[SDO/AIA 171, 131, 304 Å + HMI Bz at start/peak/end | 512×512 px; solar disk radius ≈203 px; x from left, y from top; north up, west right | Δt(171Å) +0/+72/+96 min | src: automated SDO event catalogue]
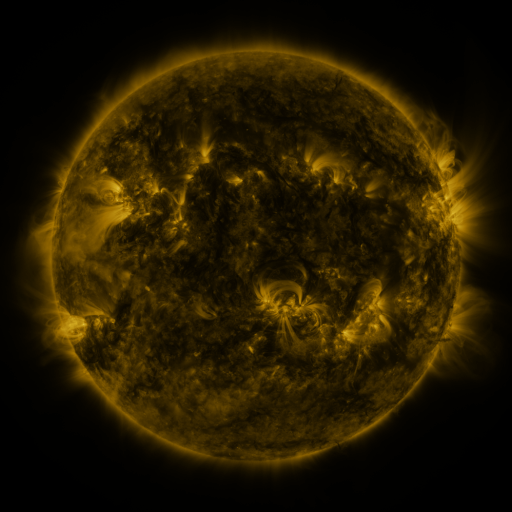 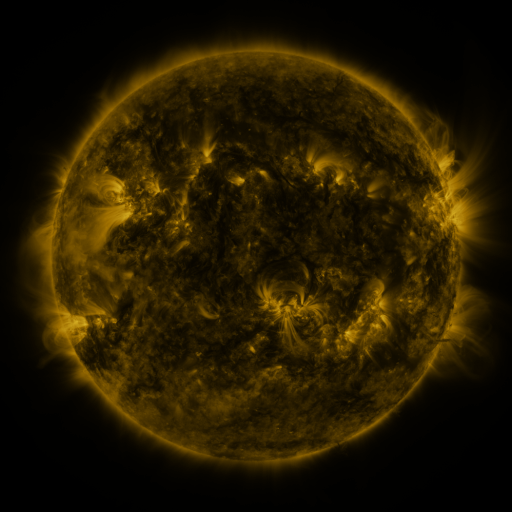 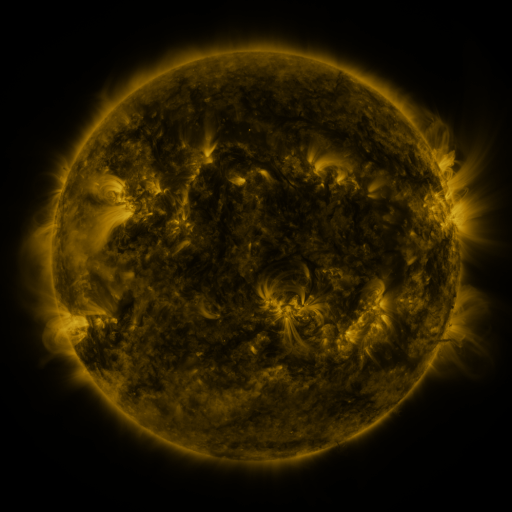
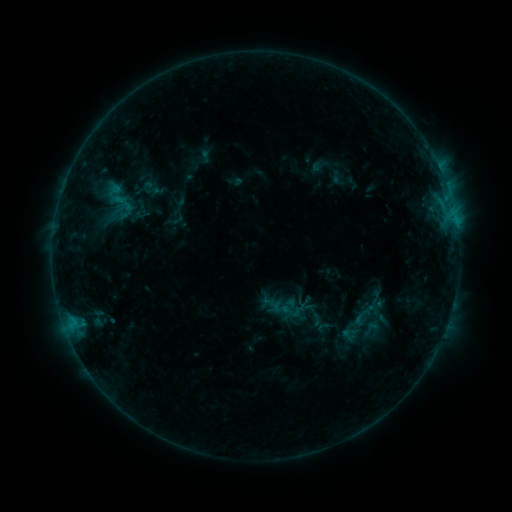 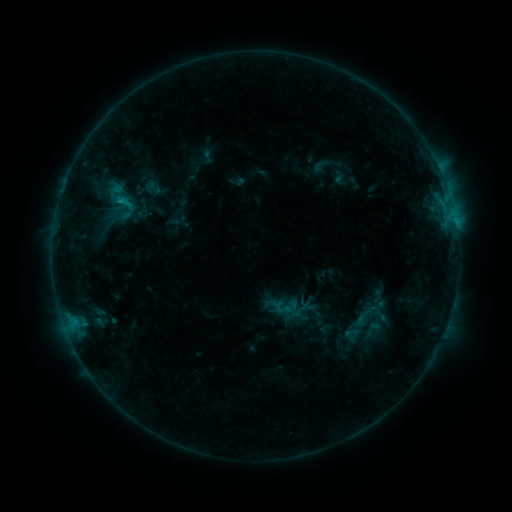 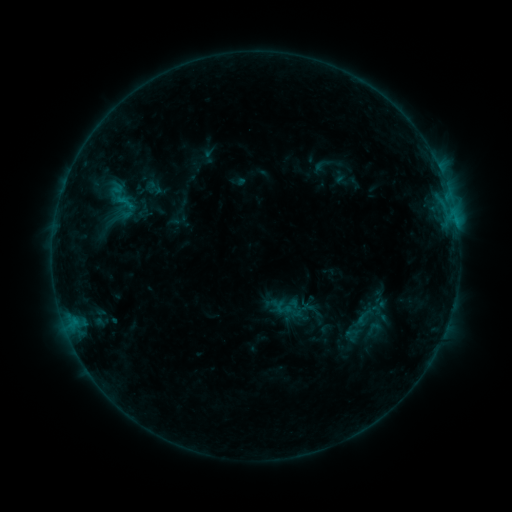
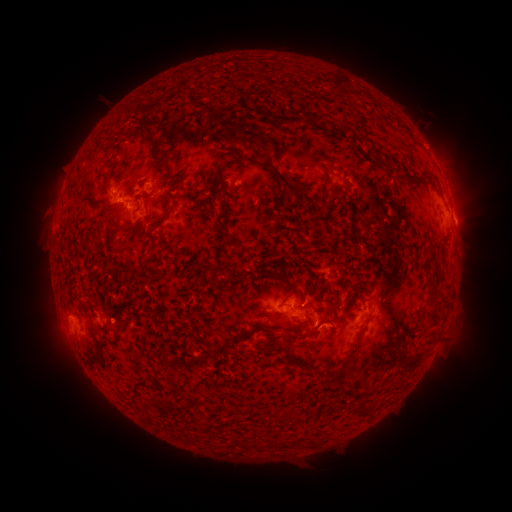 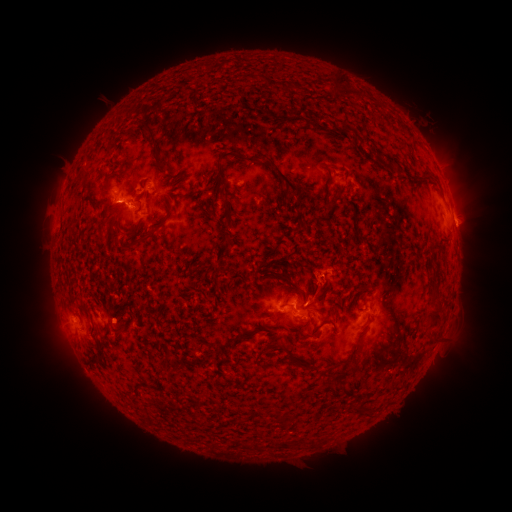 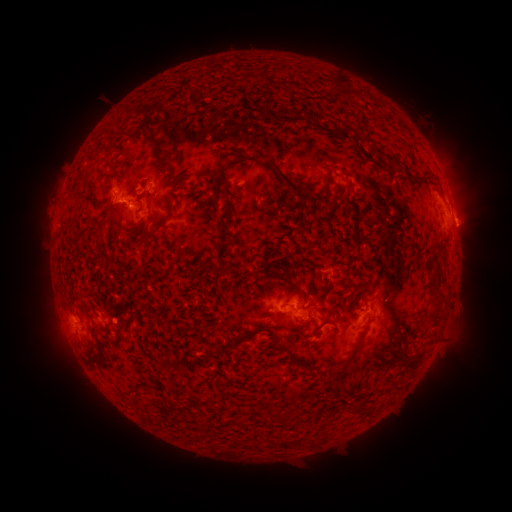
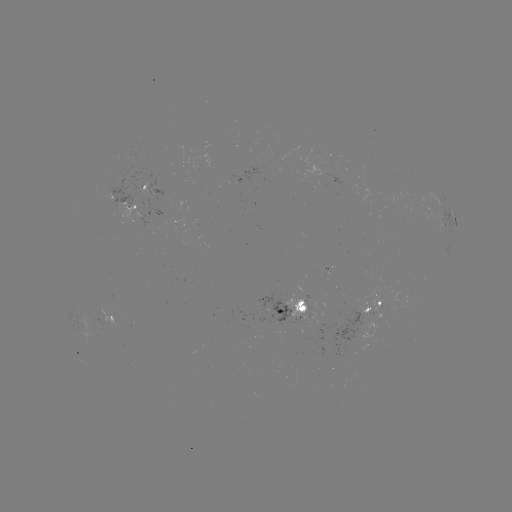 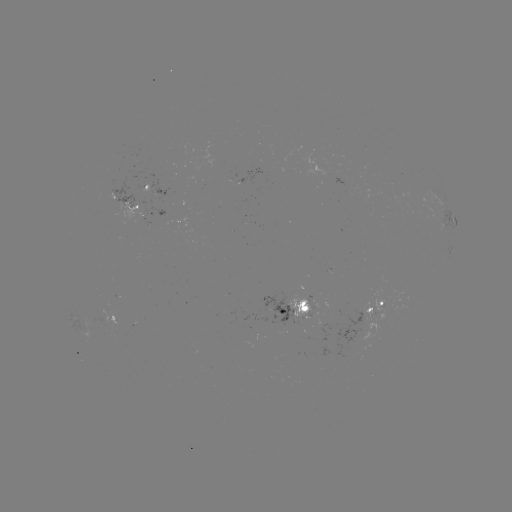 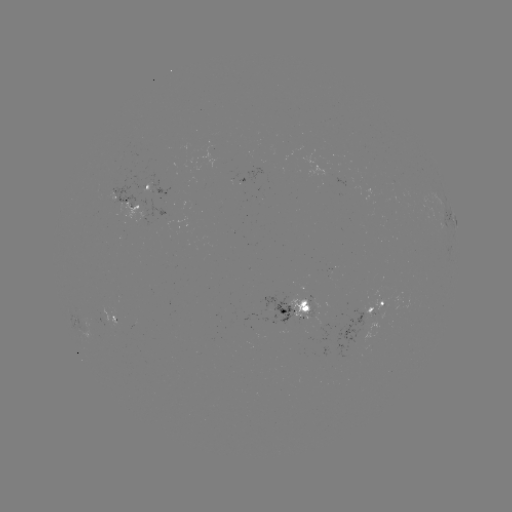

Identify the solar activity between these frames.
emerging-flux region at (106, 321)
